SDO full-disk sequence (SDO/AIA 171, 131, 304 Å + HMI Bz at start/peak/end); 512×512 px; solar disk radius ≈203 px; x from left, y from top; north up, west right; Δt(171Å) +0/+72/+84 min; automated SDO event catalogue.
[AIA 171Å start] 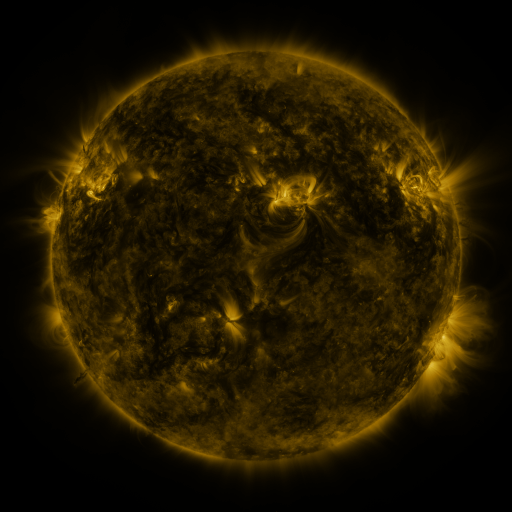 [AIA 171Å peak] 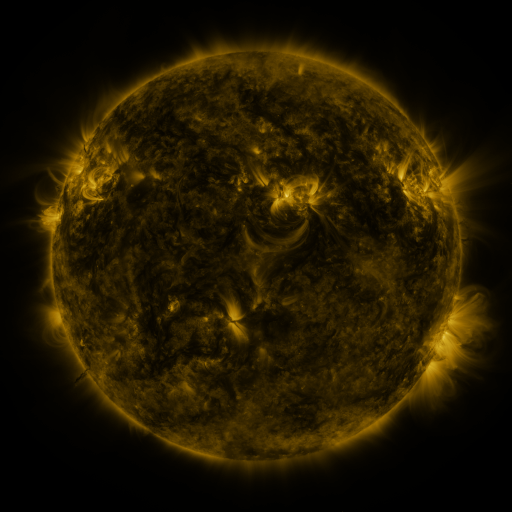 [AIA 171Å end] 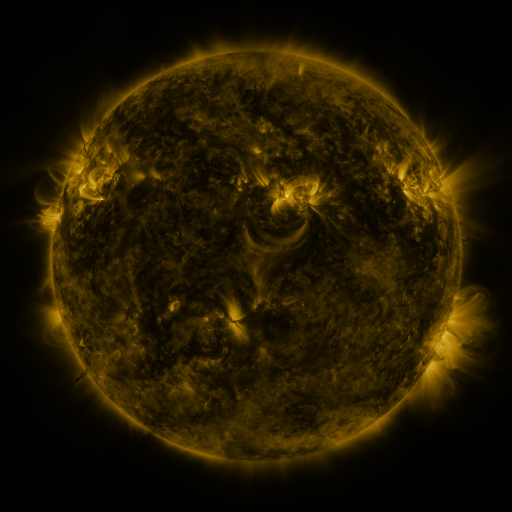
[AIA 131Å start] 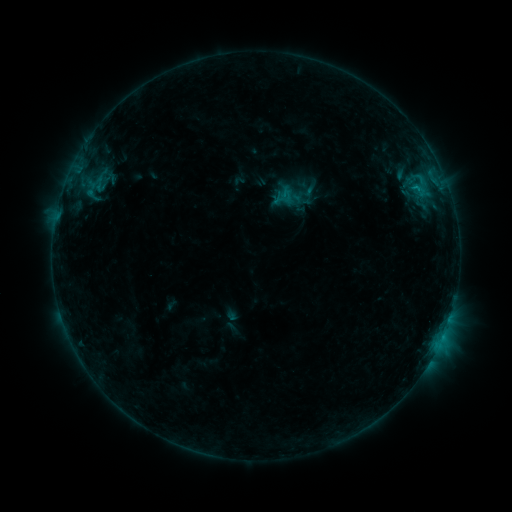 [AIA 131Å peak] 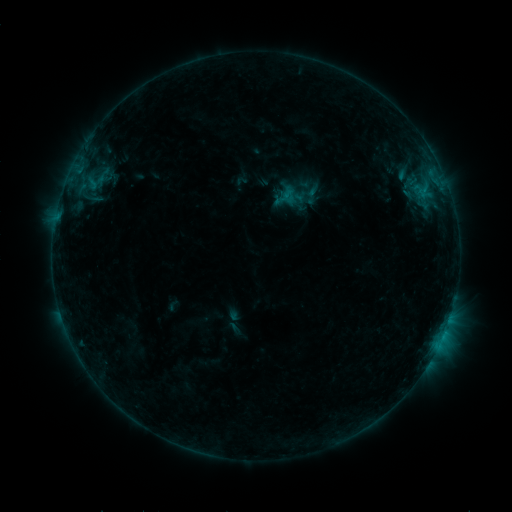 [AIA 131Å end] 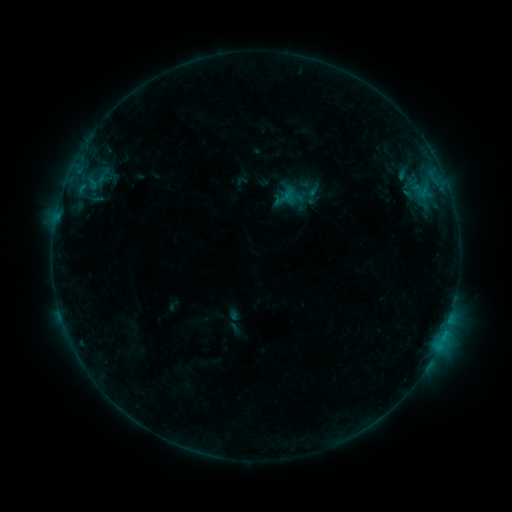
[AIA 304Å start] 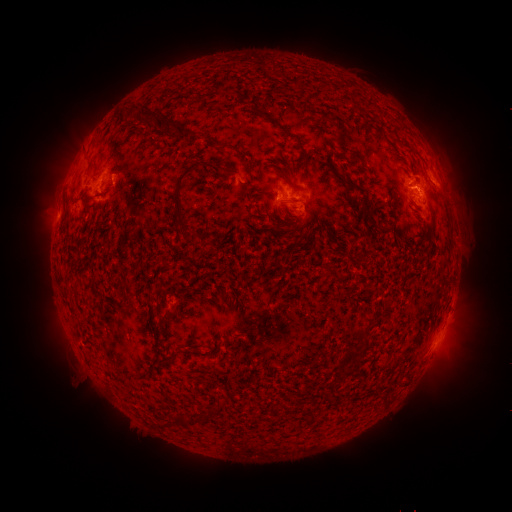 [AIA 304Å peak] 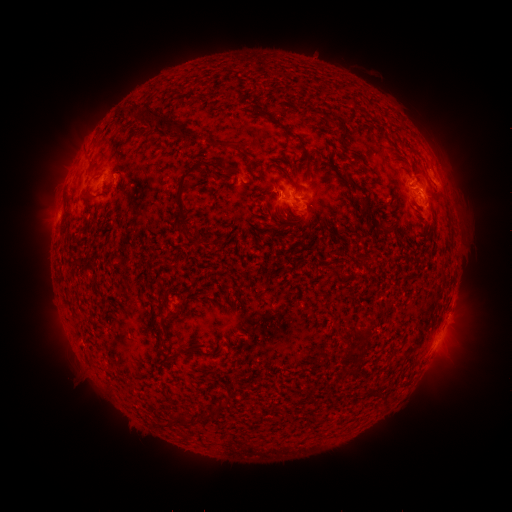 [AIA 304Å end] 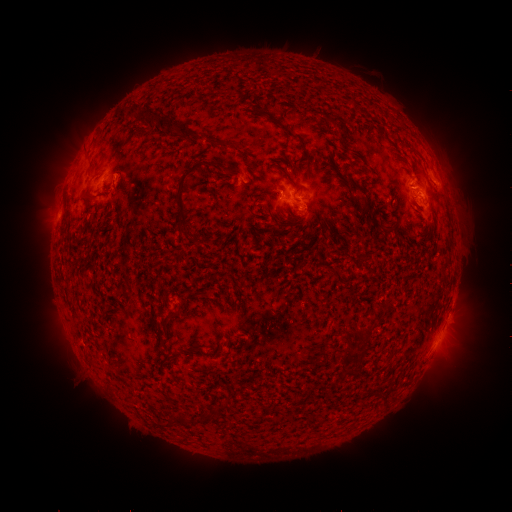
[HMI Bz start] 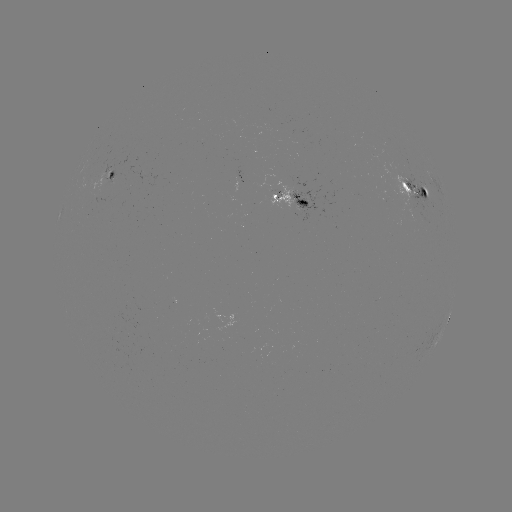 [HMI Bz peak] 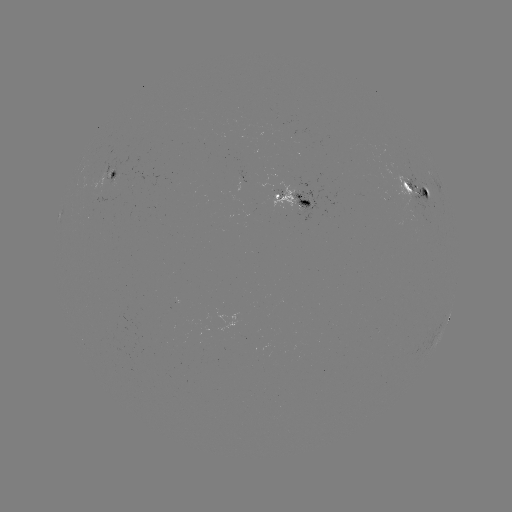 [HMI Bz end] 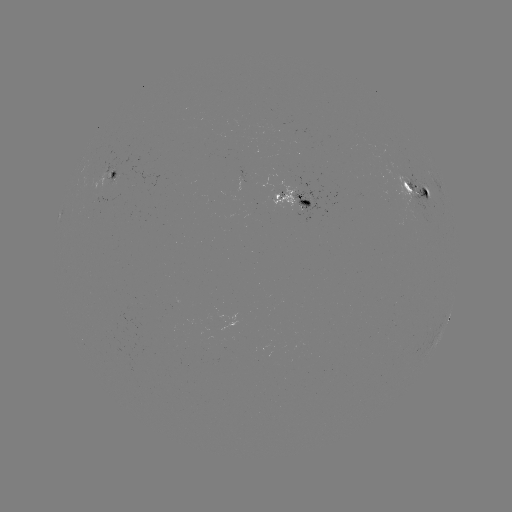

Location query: emerging-flux region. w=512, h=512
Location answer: (114, 177).